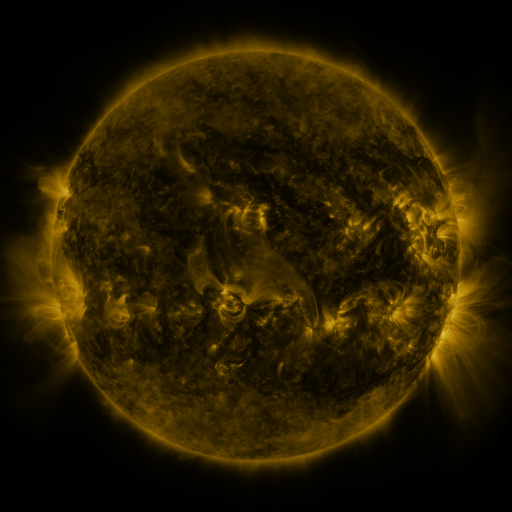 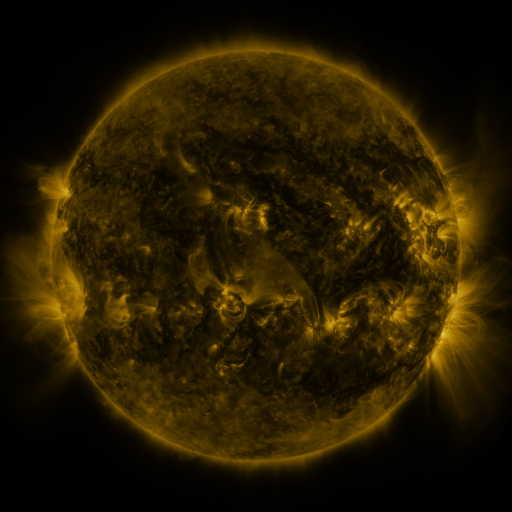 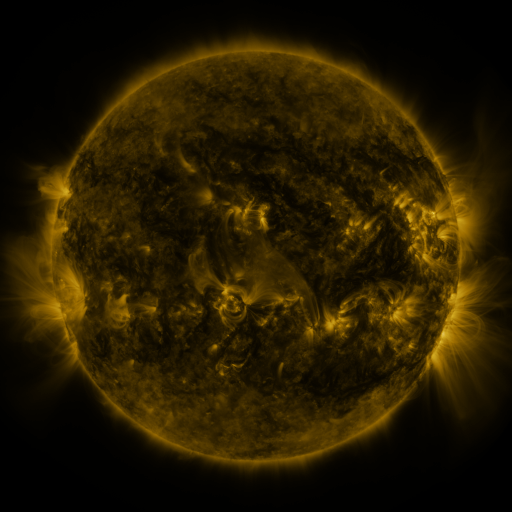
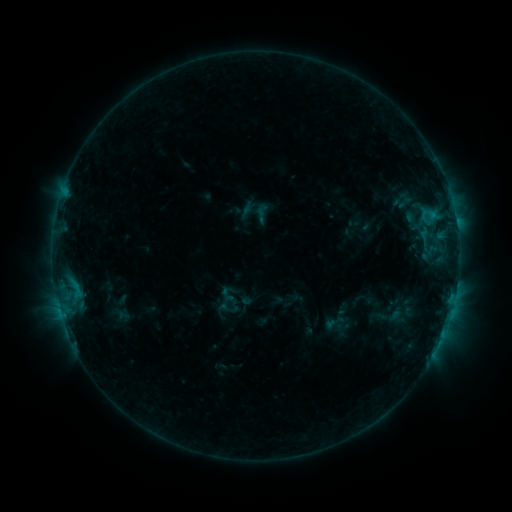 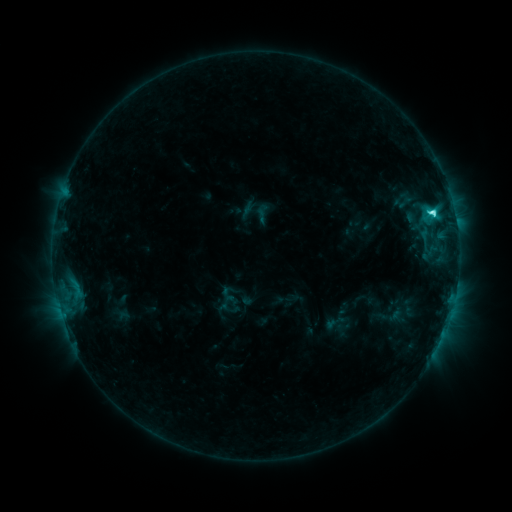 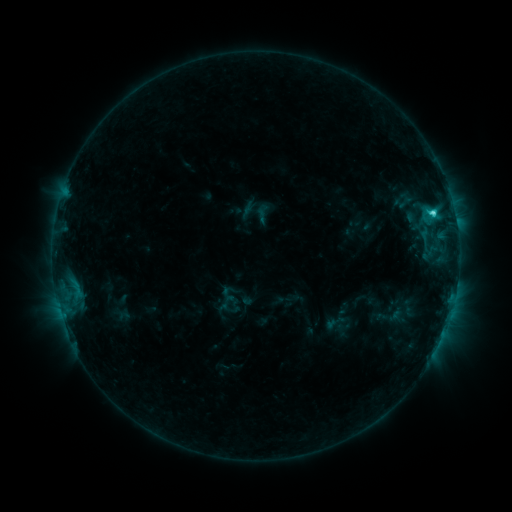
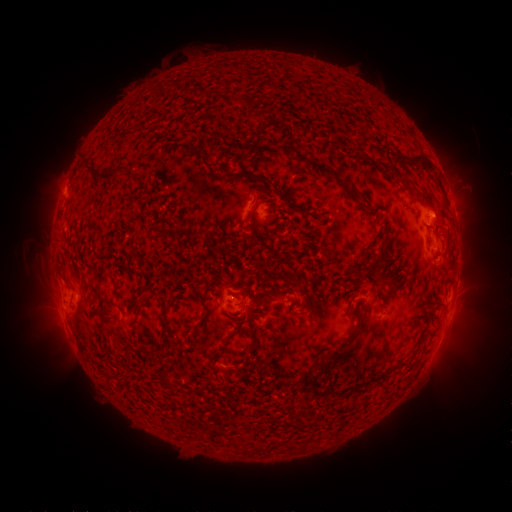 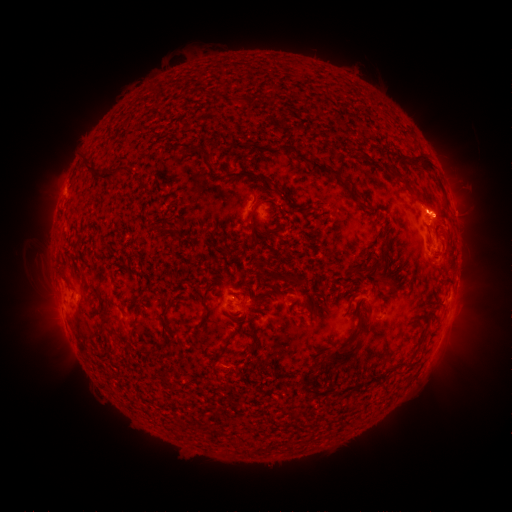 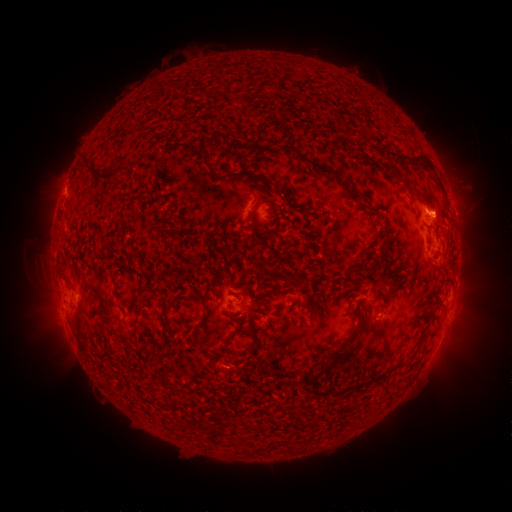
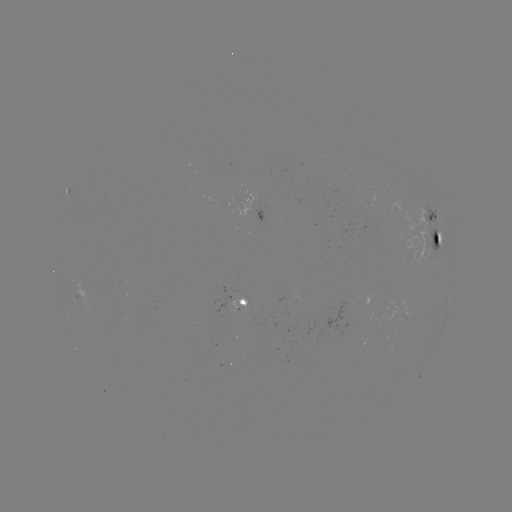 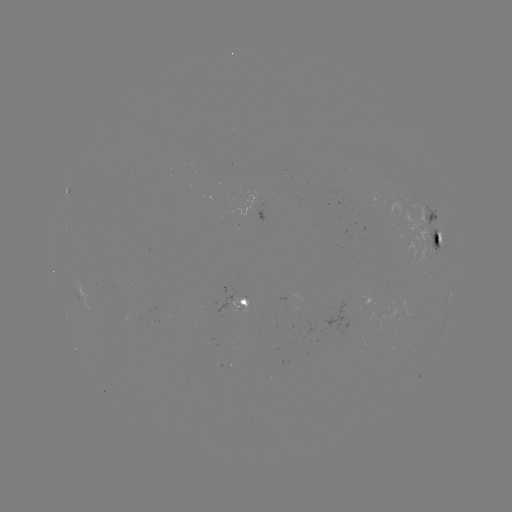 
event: flare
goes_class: C3.9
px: (433, 216)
